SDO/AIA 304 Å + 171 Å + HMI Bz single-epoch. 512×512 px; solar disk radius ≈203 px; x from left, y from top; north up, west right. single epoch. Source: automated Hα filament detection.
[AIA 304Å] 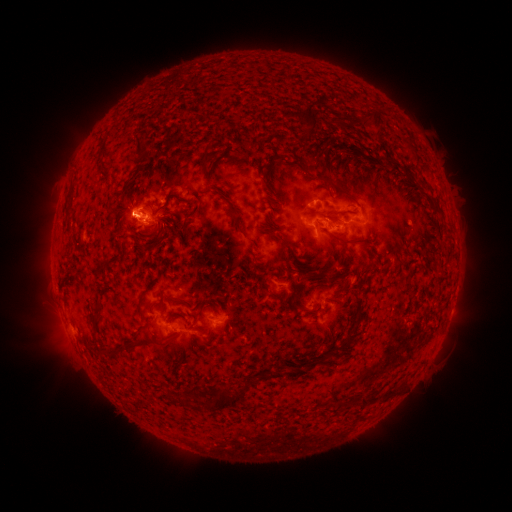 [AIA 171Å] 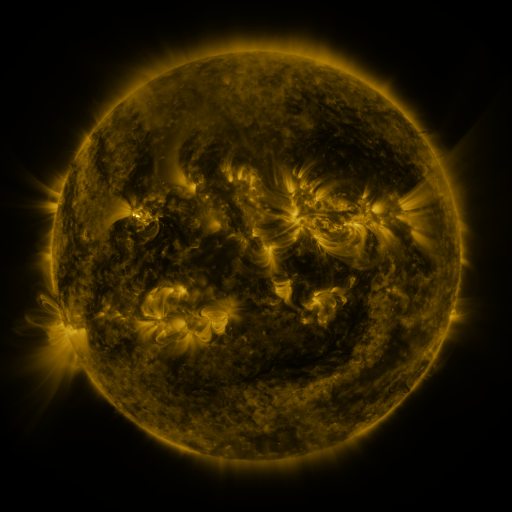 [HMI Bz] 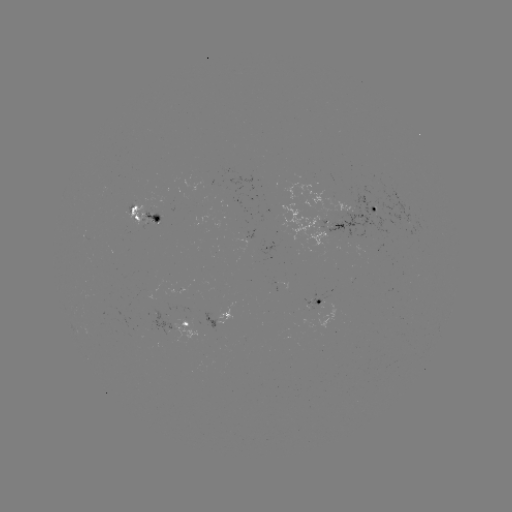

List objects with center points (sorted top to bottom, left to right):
filament: [292, 105, 316, 142]
filament: [366, 111, 384, 138]
filament: [359, 112, 367, 124]
filament: [132, 136, 149, 159]
filament: [197, 146, 210, 182]
filament: [346, 148, 357, 155]
filament: [380, 150, 411, 174]
filament: [231, 153, 246, 170]
filament: [263, 162, 277, 199]
filament: [120, 165, 143, 195]
filament: [293, 165, 306, 176]
filament: [312, 170, 356, 202]
filament: [208, 184, 217, 190]
filament: [175, 195, 186, 204]
filament: [228, 203, 242, 233]
filament: [331, 209, 347, 215]
filament: [181, 211, 194, 246]
filament: [64, 215, 73, 227]
filament: [144, 221, 179, 253]
filament: [125, 225, 136, 234]
filament: [258, 225, 295, 260]
filament: [328, 231, 365, 244]
filament: [247, 248, 257, 258]
filament: [101, 254, 122, 270]
filament: [316, 268, 342, 283]
filament: [292, 271, 310, 292]
filament: [402, 279, 412, 292]
filament: [148, 294, 187, 316]
filament: [136, 298, 145, 315]
filament: [292, 298, 302, 313]
filament: [300, 302, 313, 313]
filament: [94, 307, 103, 336]
filament: [342, 321, 359, 347]
filament: [145, 332, 172, 350]
filament: [101, 340, 136, 359]
filament: [326, 355, 335, 367]
filament: [204, 378, 253, 413]
filament: [361, 384, 396, 405]
filament: [187, 387, 197, 396]
filament: [166, 388, 173, 399]
